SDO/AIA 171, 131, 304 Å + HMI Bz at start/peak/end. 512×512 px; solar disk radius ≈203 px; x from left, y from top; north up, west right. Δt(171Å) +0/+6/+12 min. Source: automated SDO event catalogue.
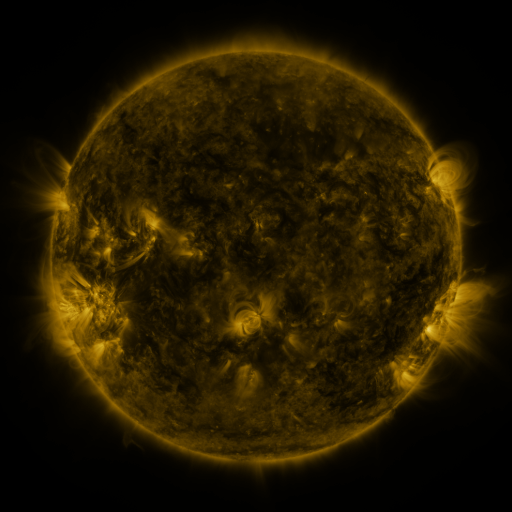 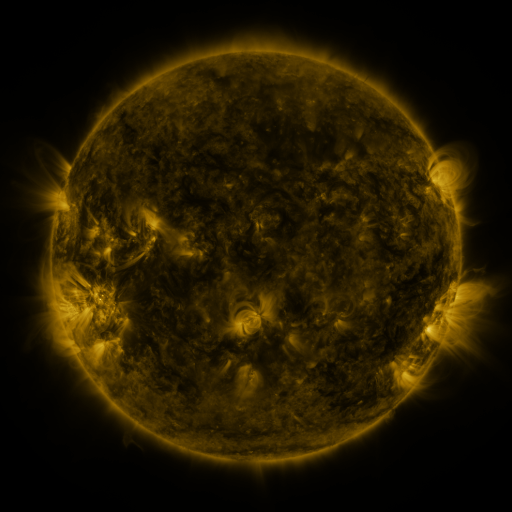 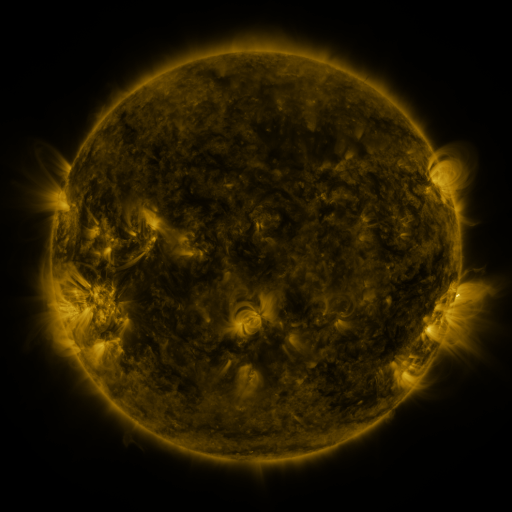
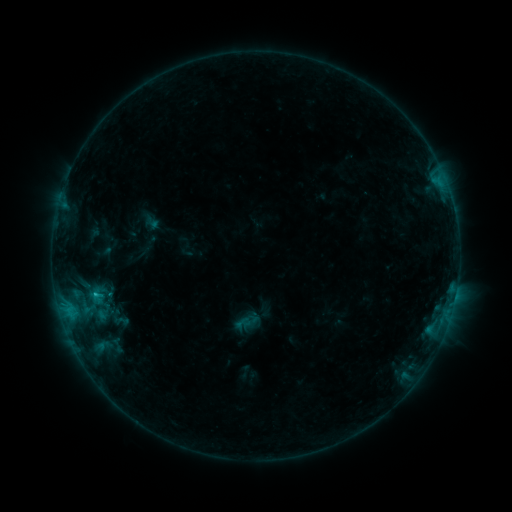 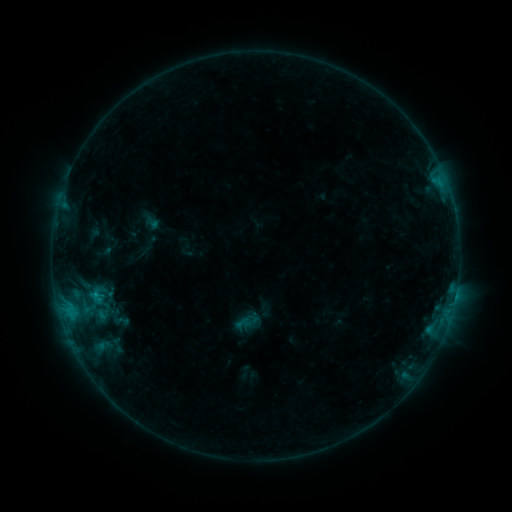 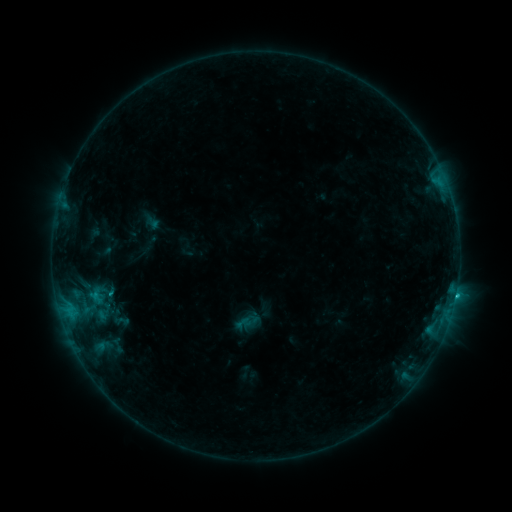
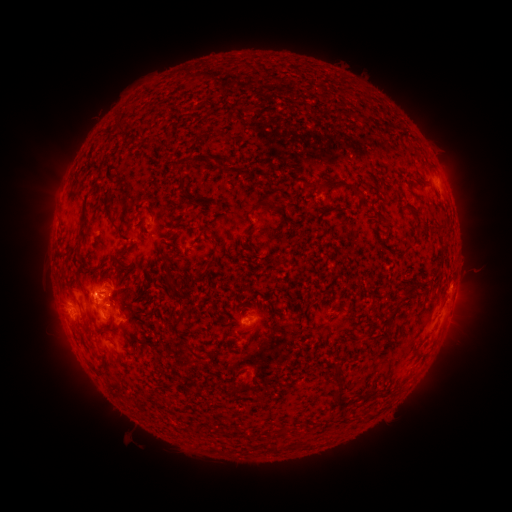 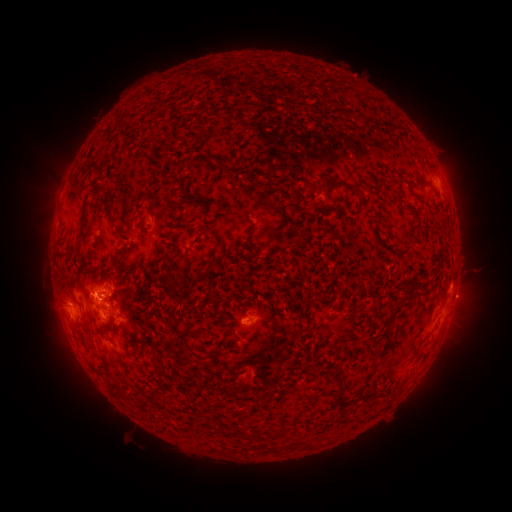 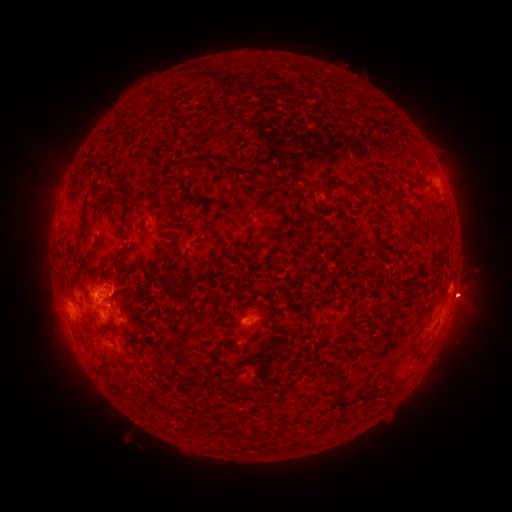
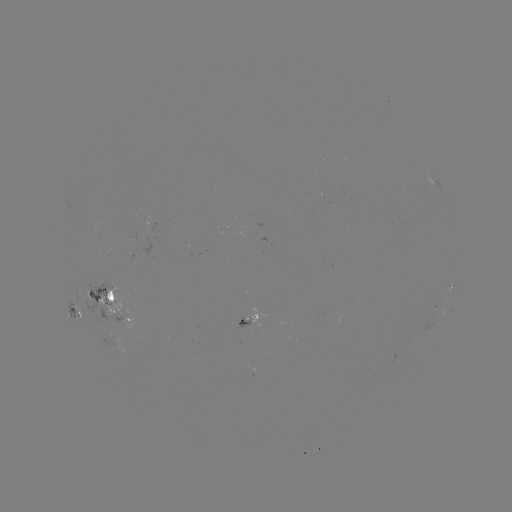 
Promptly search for eruption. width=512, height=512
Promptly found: (471, 299).